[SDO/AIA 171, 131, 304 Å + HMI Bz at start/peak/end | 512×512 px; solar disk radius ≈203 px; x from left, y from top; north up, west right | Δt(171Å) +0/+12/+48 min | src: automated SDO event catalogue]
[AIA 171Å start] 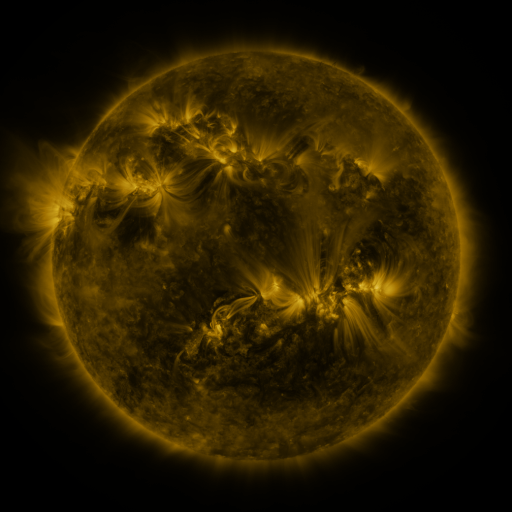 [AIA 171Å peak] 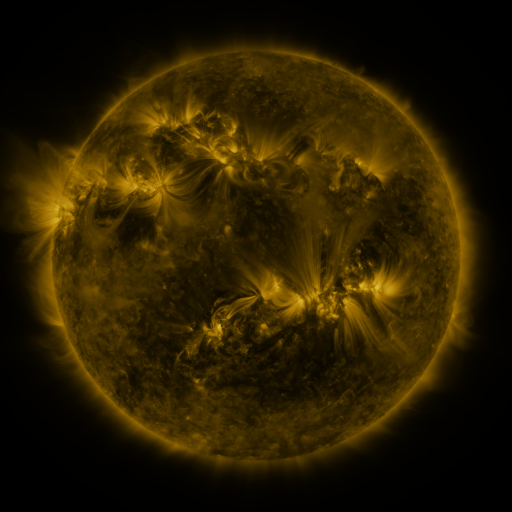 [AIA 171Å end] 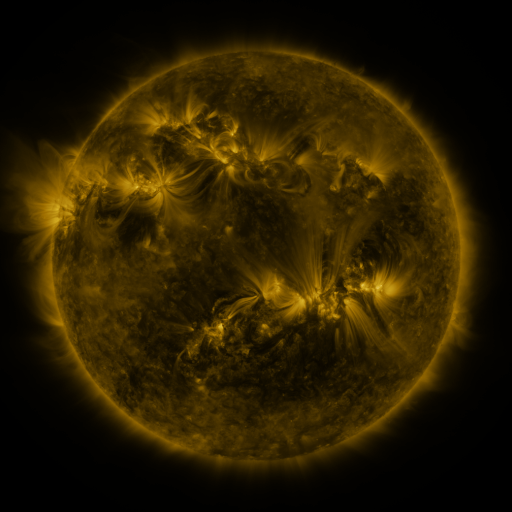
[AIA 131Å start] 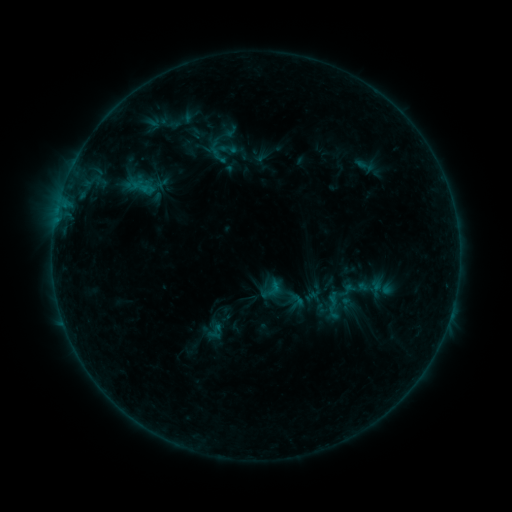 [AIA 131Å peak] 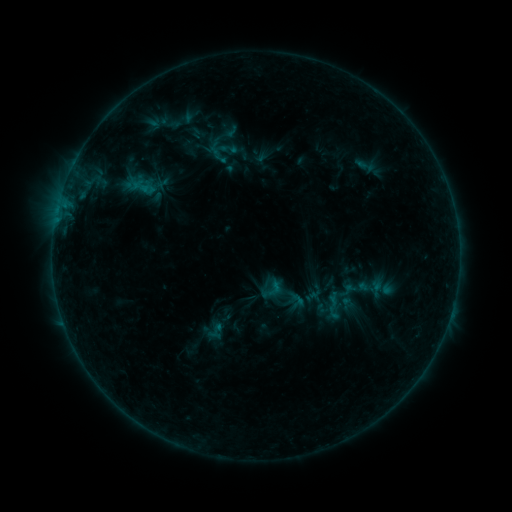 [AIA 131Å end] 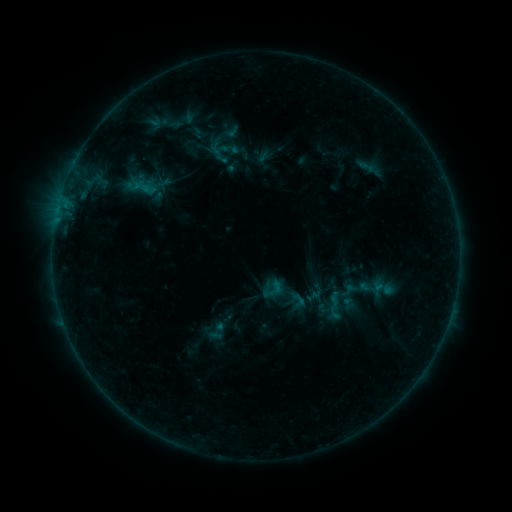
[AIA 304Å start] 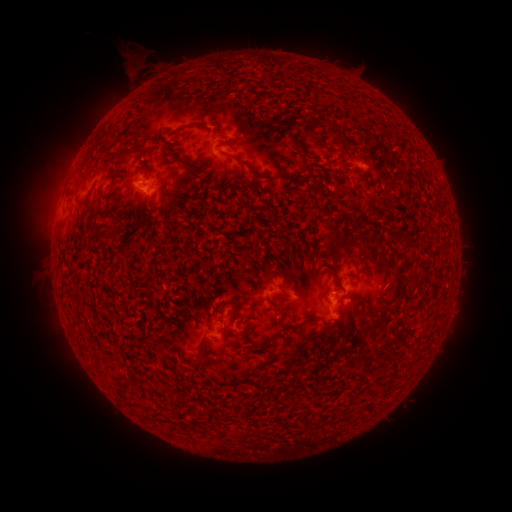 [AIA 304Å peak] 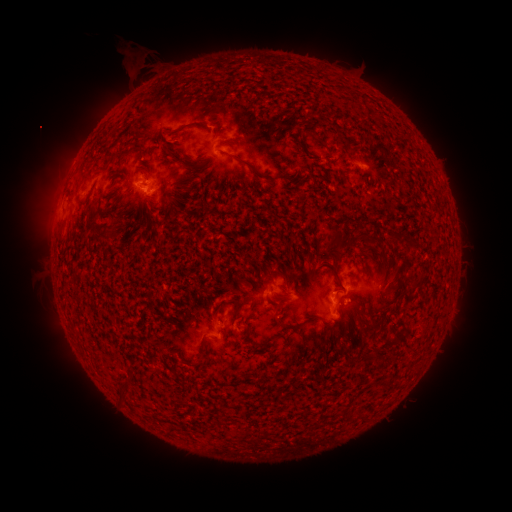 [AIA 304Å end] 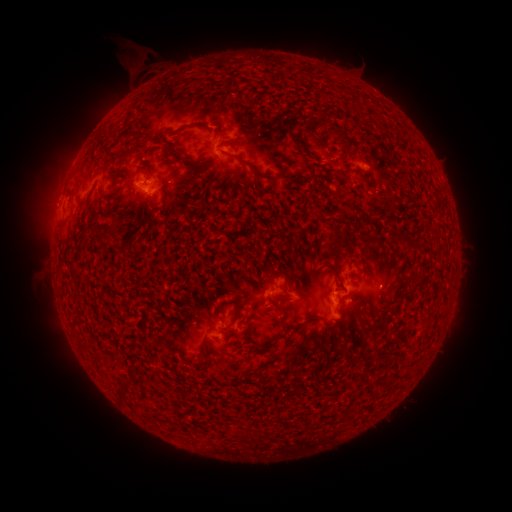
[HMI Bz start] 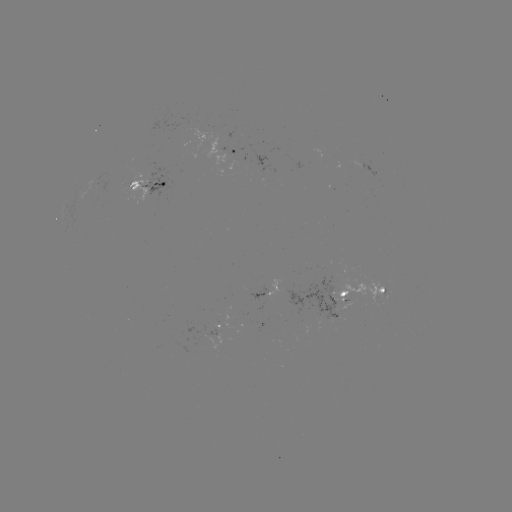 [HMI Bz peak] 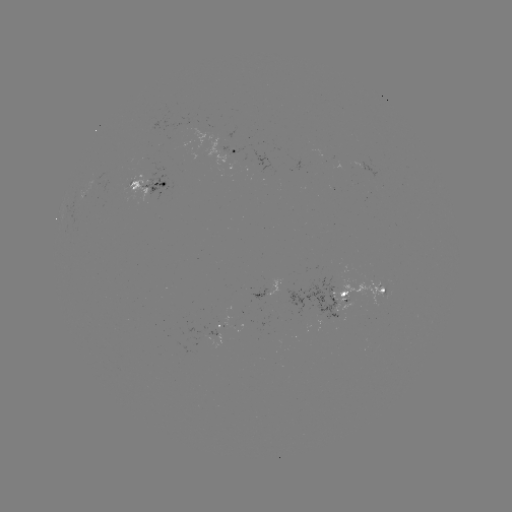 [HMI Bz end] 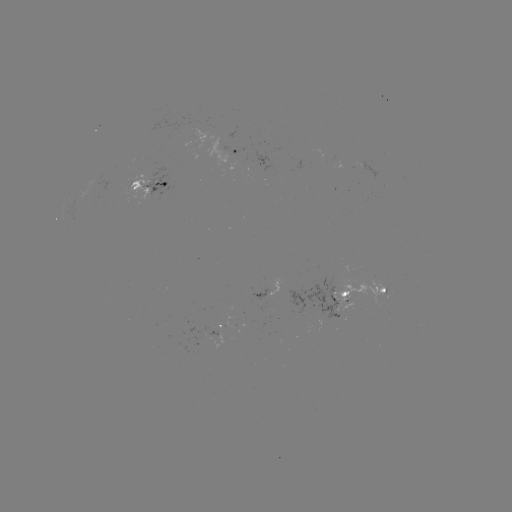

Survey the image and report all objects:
emerging-flux region: (212, 335)
